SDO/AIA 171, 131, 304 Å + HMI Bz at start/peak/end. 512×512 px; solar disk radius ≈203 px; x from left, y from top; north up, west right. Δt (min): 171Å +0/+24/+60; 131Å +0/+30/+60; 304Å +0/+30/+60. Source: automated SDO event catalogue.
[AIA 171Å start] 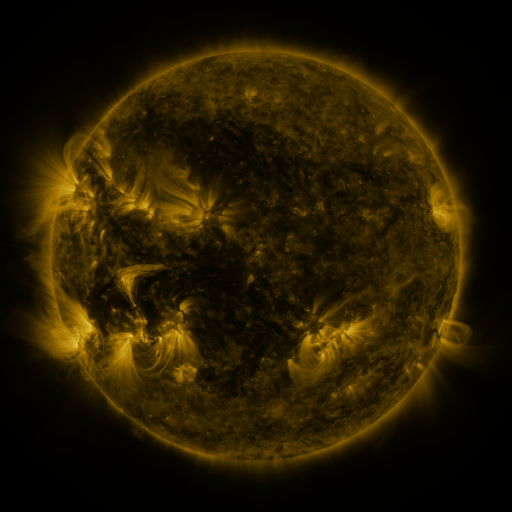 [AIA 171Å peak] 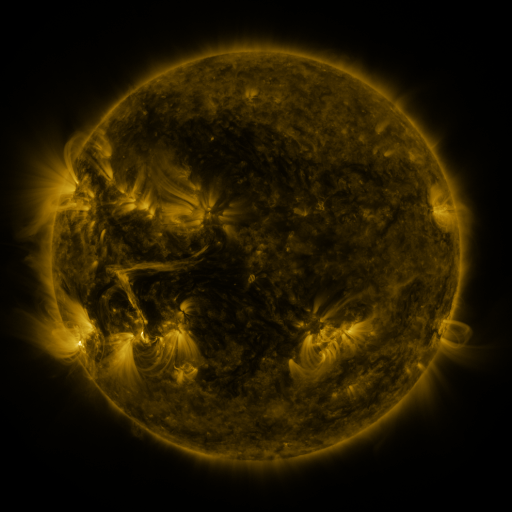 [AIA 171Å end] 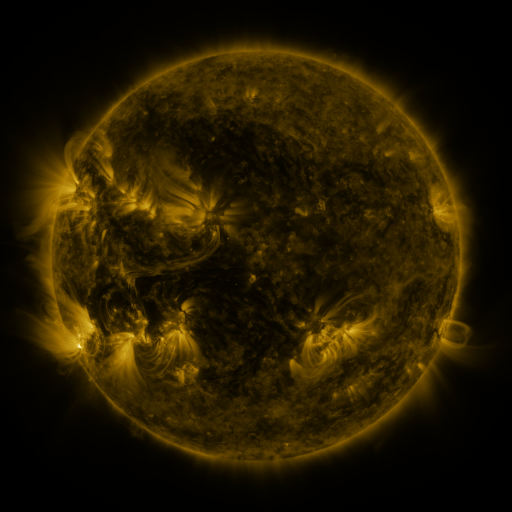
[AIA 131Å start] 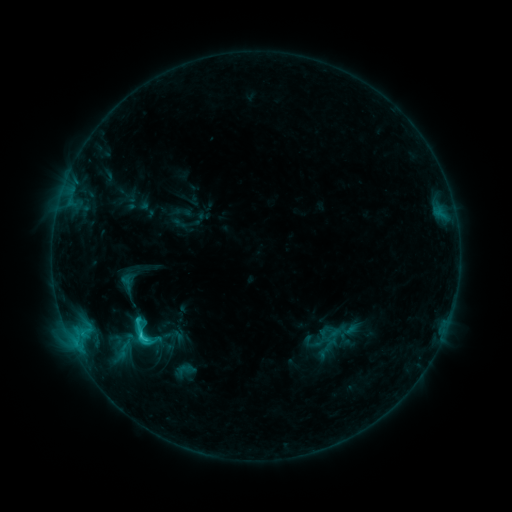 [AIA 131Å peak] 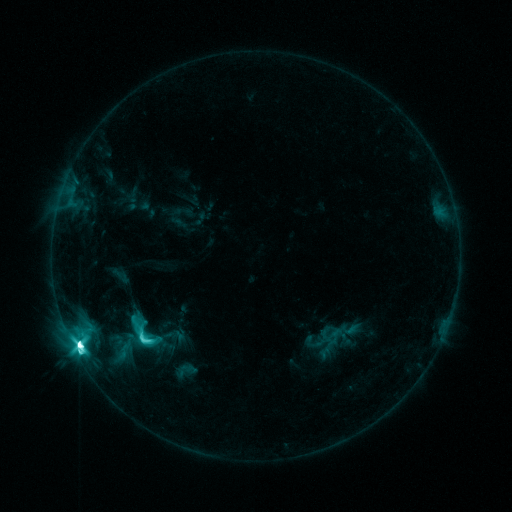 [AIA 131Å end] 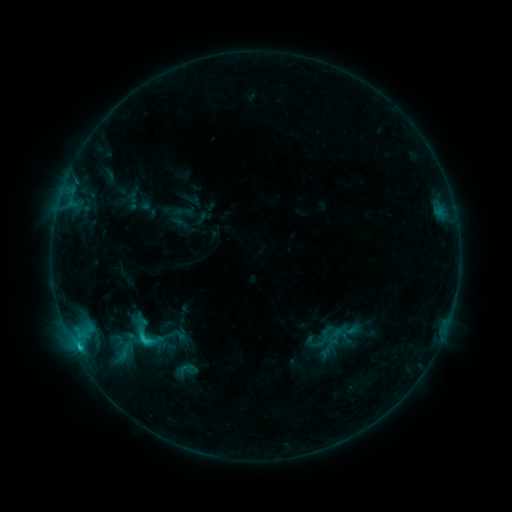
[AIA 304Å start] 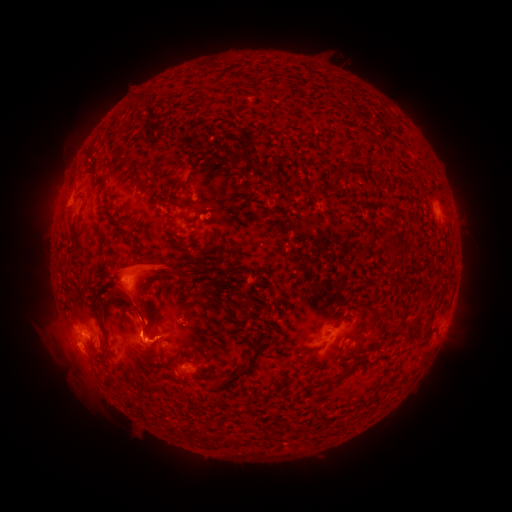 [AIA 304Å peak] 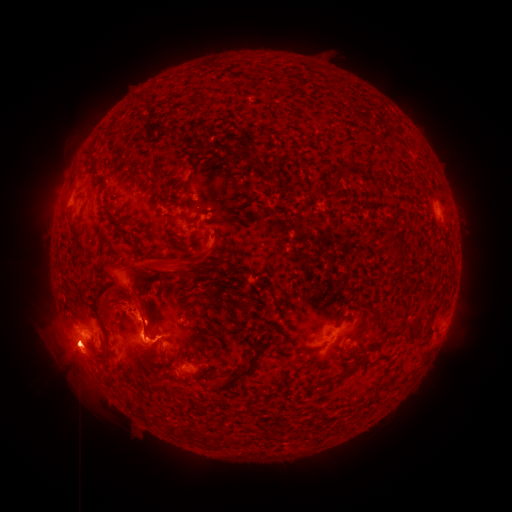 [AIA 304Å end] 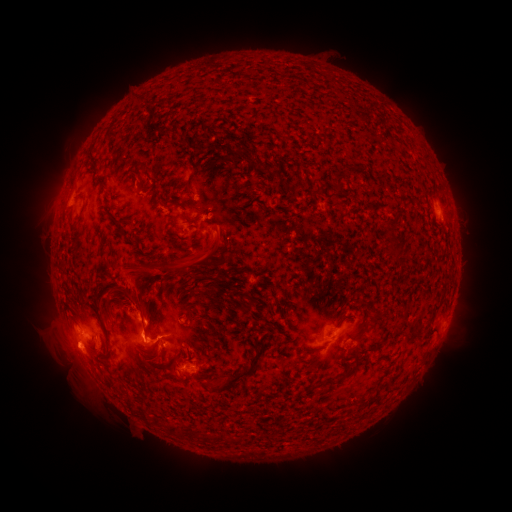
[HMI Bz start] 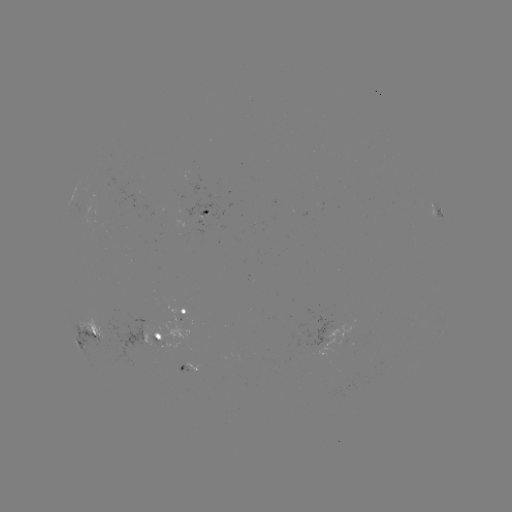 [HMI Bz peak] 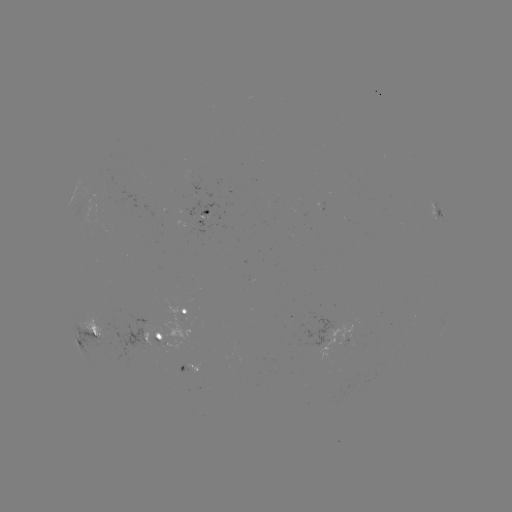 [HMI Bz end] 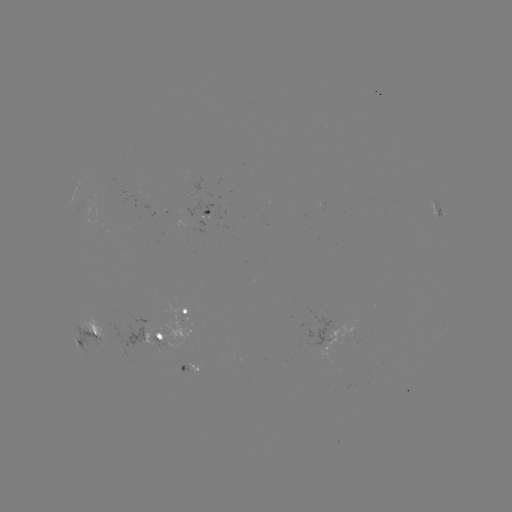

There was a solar eruption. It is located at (139, 275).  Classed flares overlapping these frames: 1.